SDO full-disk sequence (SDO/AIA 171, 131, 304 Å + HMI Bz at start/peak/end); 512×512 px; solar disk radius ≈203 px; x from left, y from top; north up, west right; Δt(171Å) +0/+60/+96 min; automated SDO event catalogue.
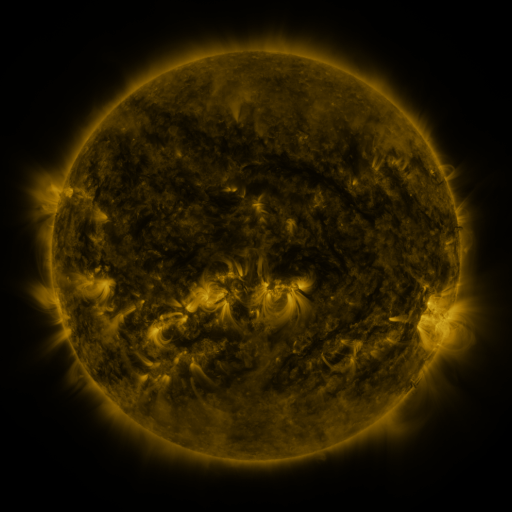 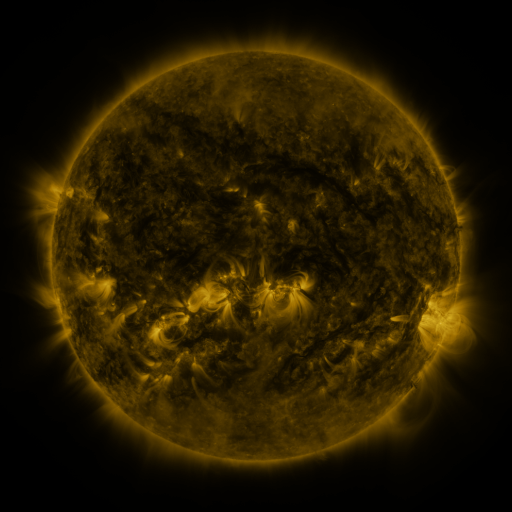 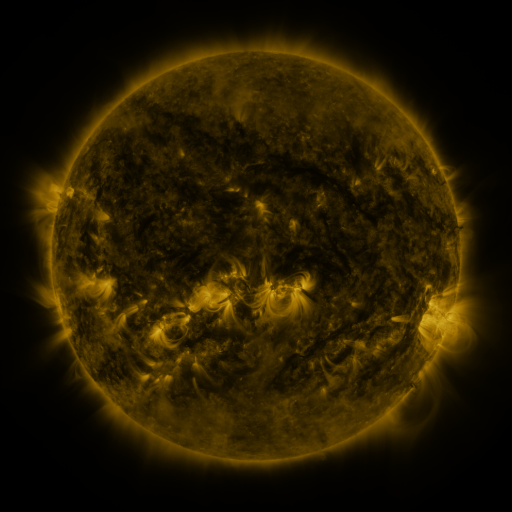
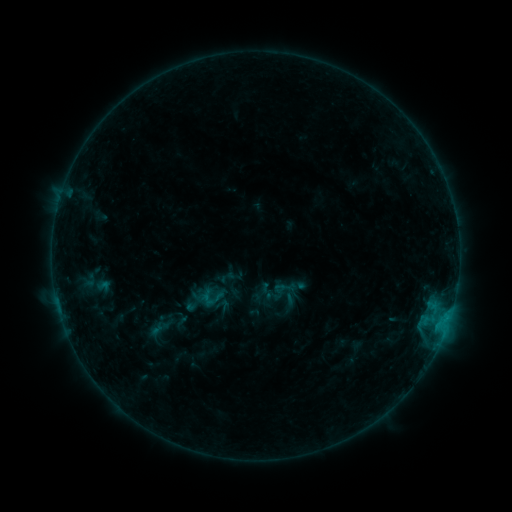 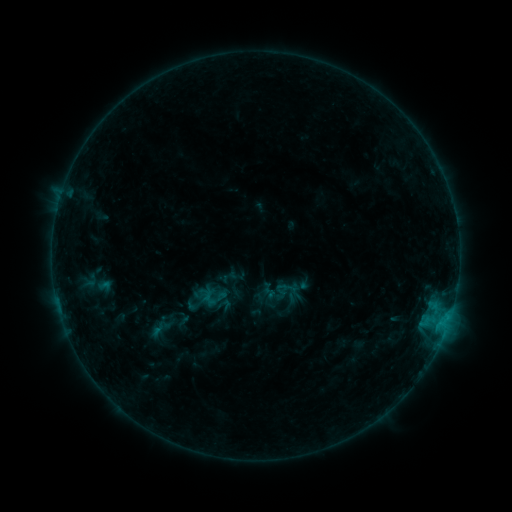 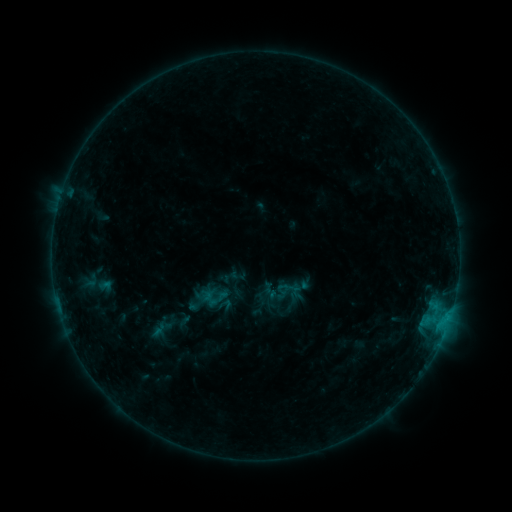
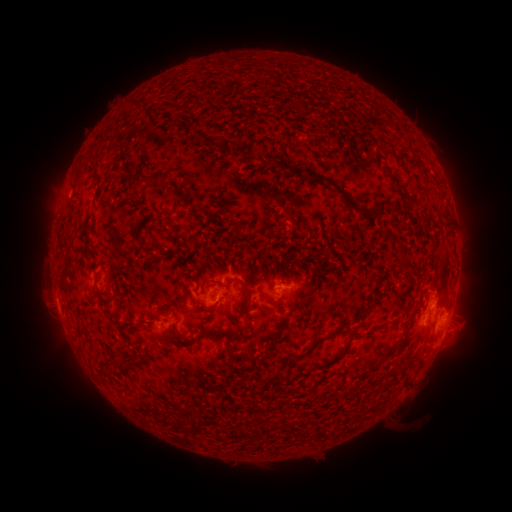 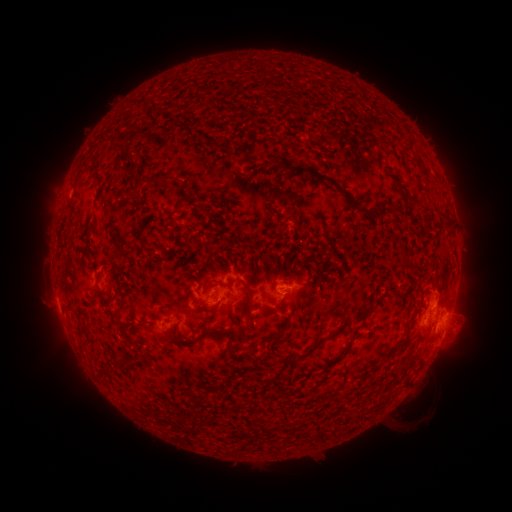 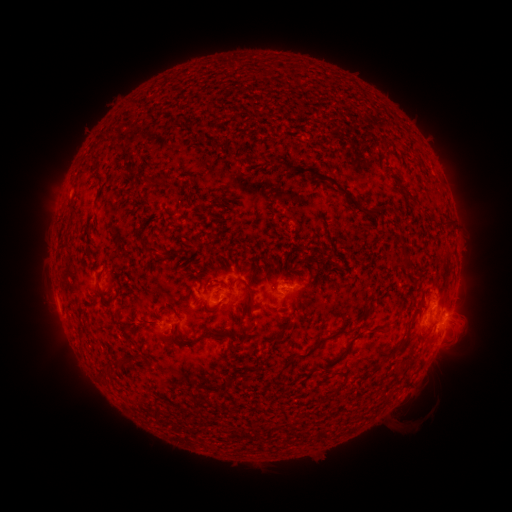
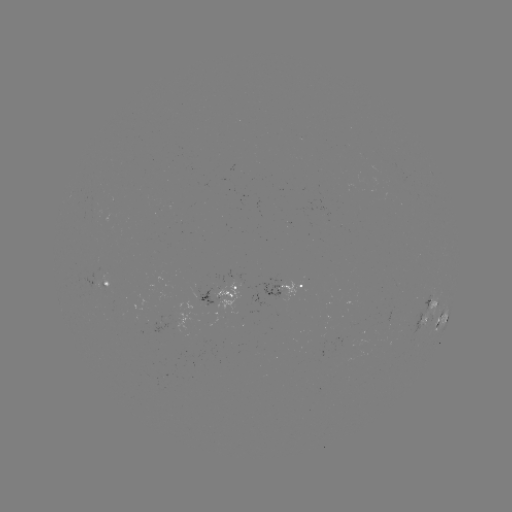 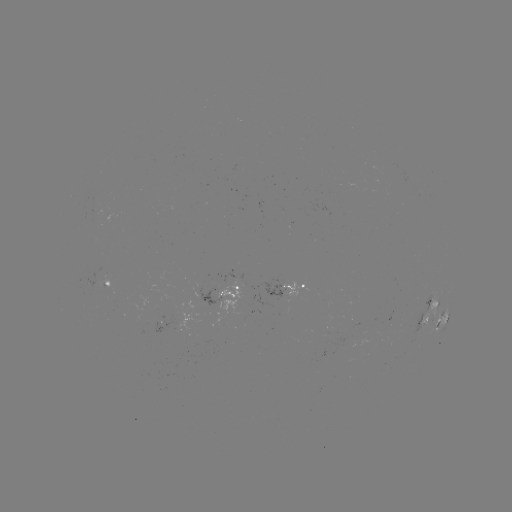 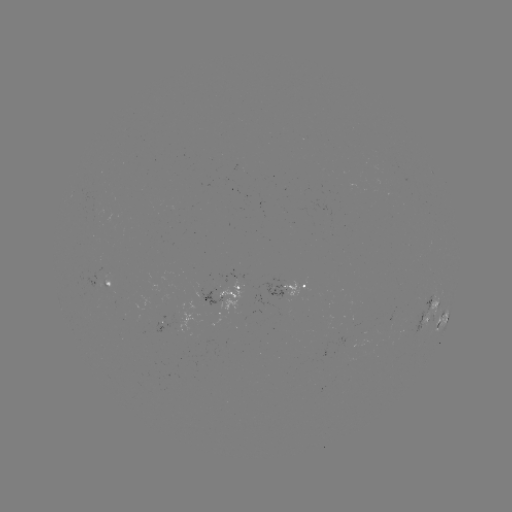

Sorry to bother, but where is emerging-flux region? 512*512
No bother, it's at (229, 285).